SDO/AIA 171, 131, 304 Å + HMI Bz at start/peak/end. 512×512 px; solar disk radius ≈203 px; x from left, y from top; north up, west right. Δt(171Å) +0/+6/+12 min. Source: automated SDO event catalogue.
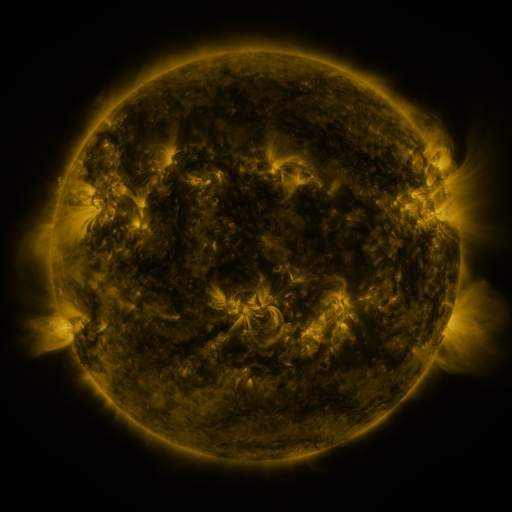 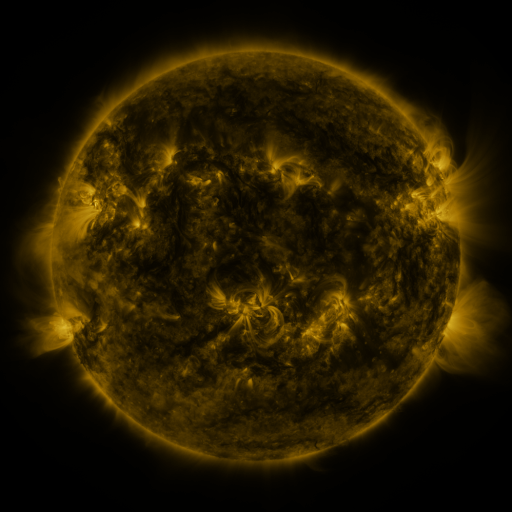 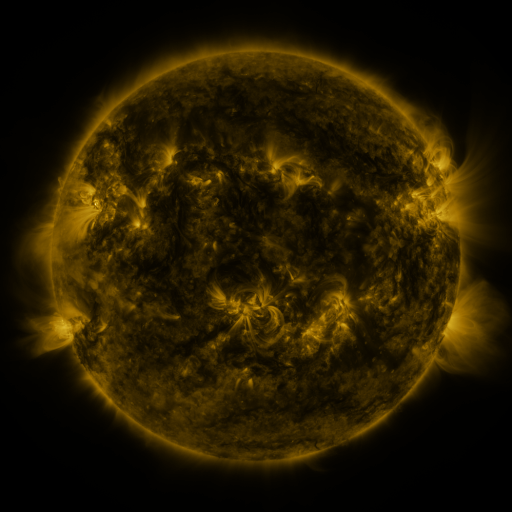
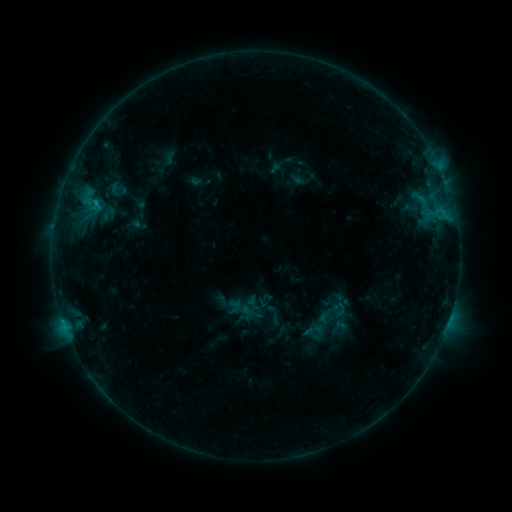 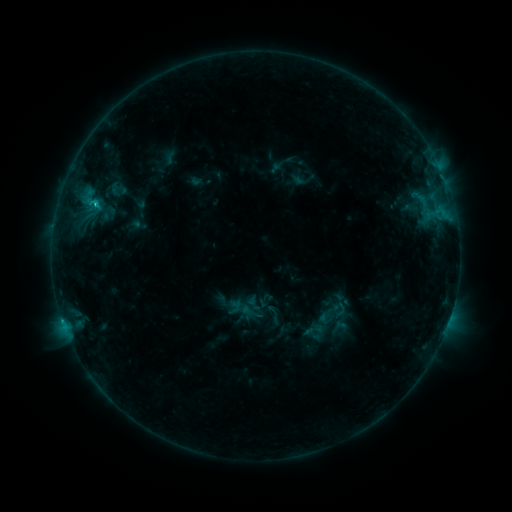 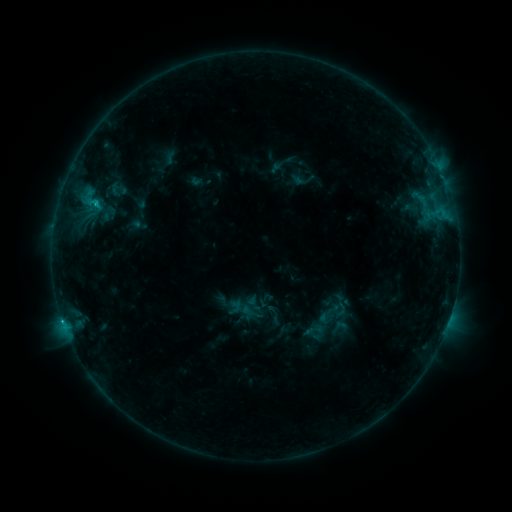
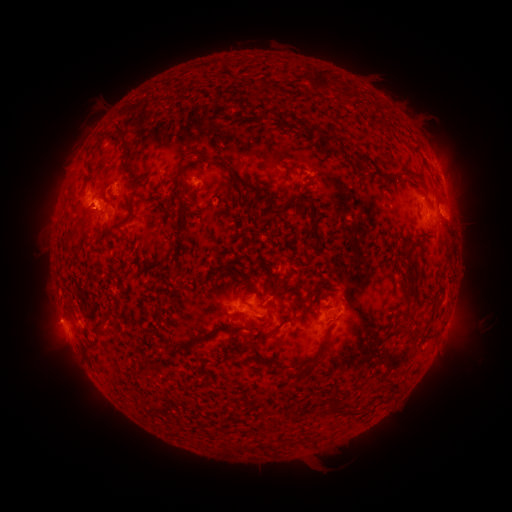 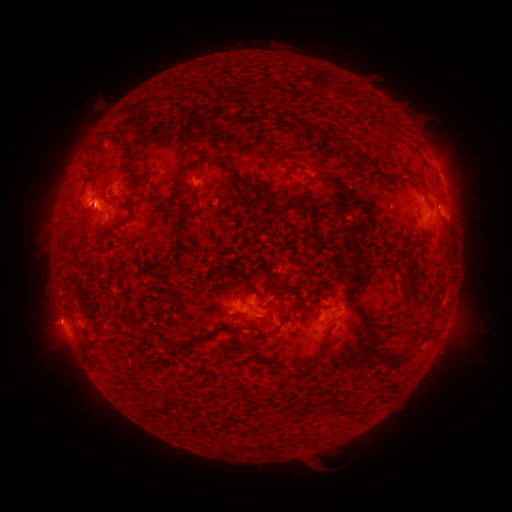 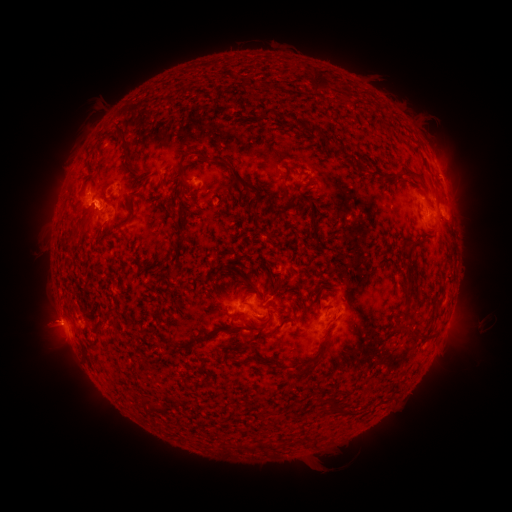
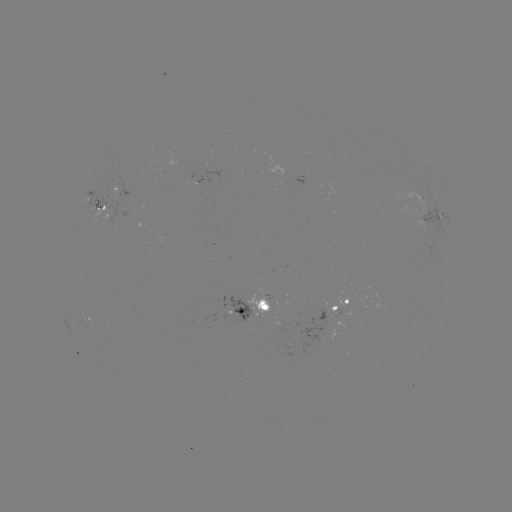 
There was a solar flare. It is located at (96, 205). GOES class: C1.1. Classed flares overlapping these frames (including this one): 1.